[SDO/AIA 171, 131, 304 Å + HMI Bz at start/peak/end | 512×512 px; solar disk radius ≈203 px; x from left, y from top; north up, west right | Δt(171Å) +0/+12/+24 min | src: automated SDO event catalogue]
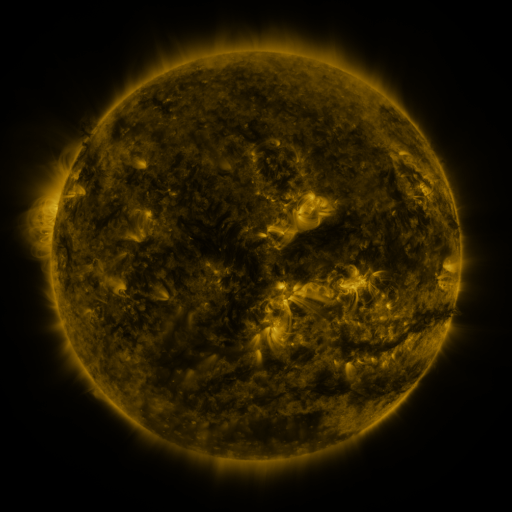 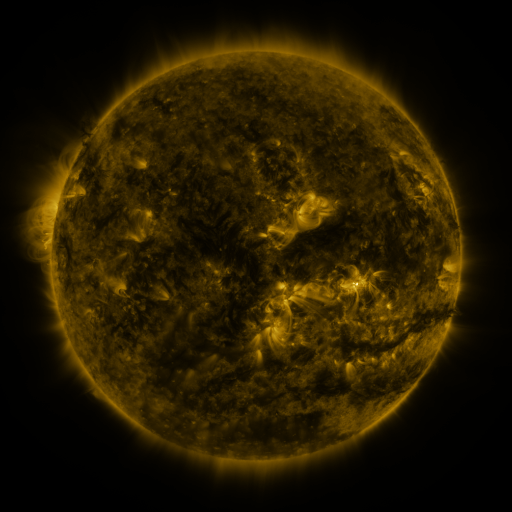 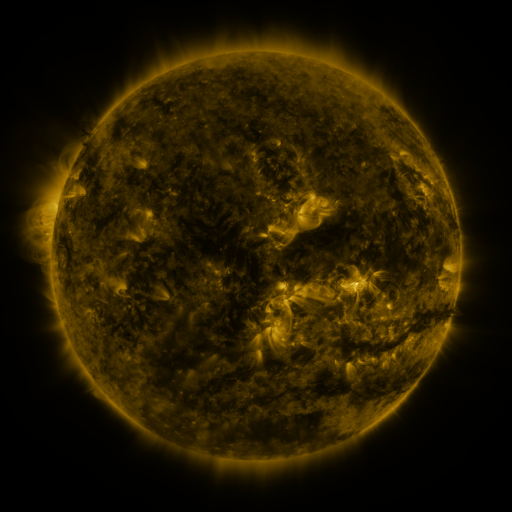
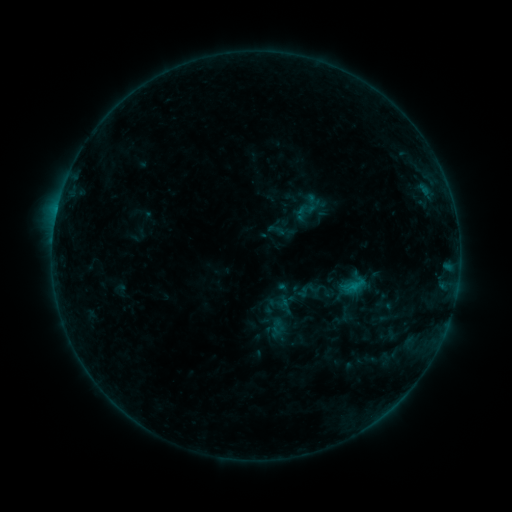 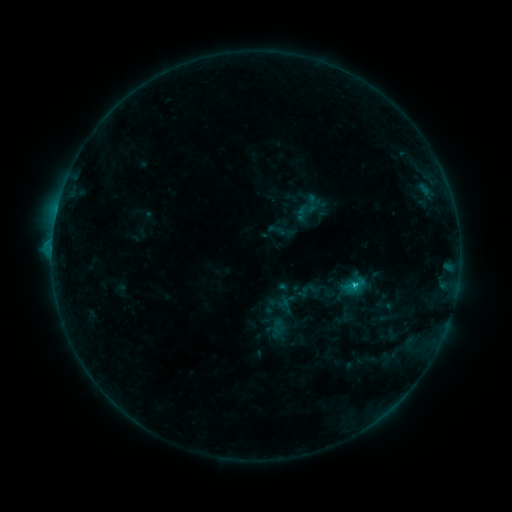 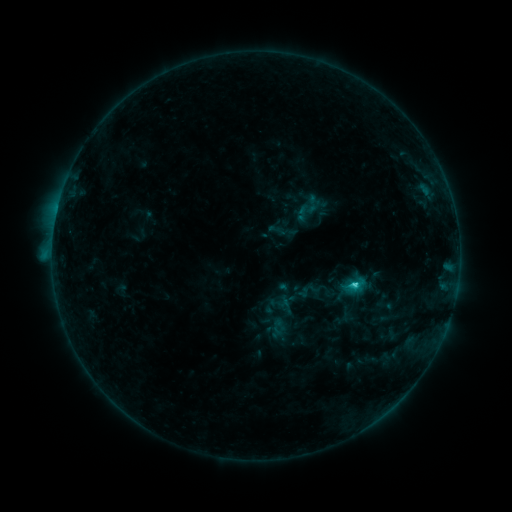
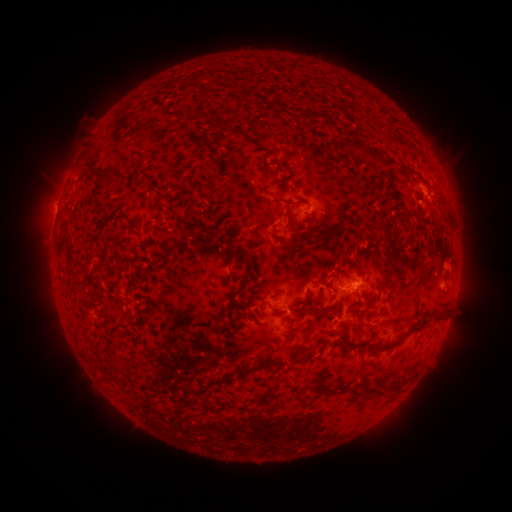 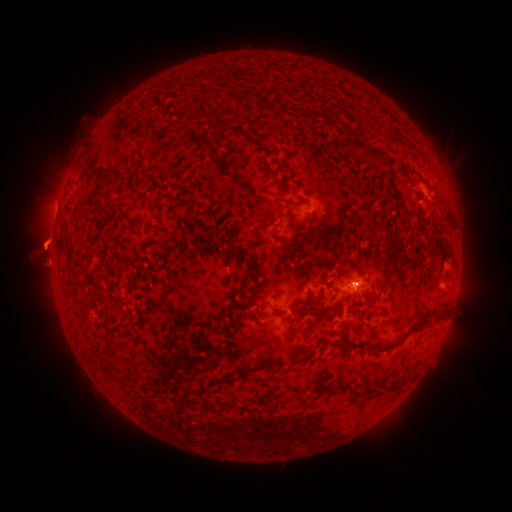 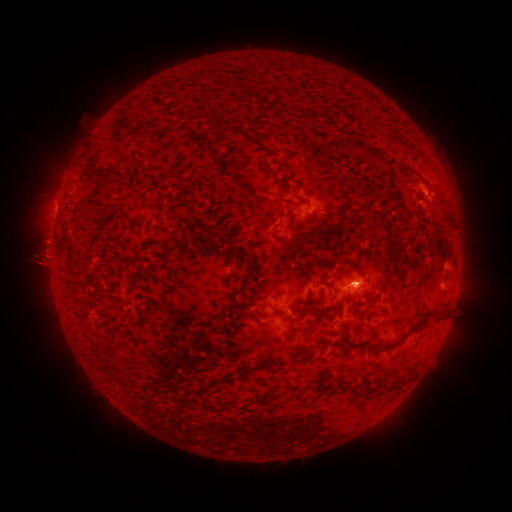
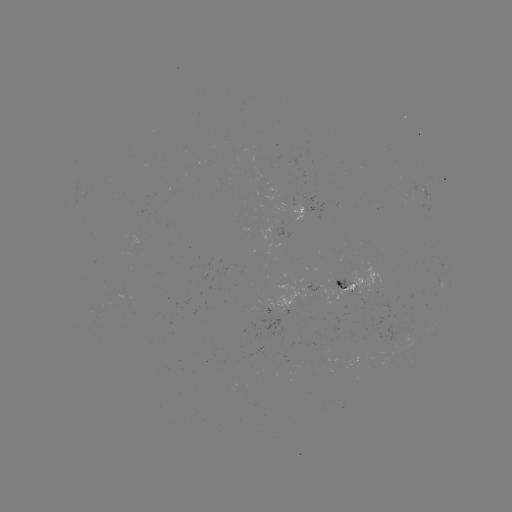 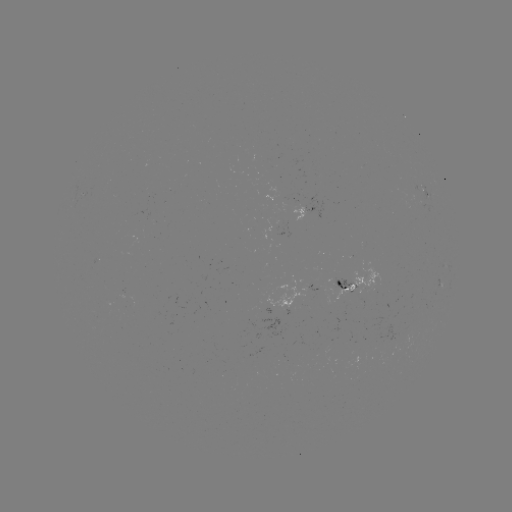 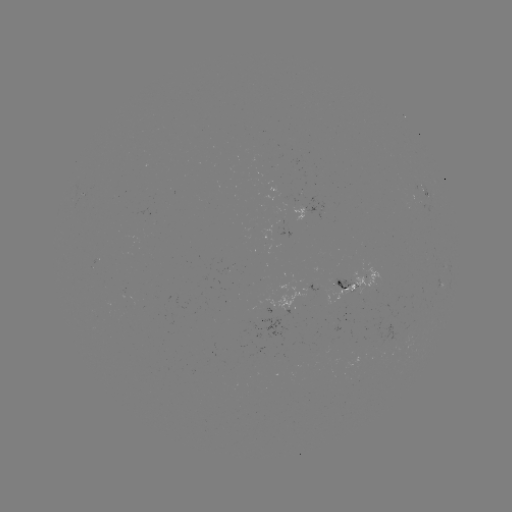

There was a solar eruption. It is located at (45, 256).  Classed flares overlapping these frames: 1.